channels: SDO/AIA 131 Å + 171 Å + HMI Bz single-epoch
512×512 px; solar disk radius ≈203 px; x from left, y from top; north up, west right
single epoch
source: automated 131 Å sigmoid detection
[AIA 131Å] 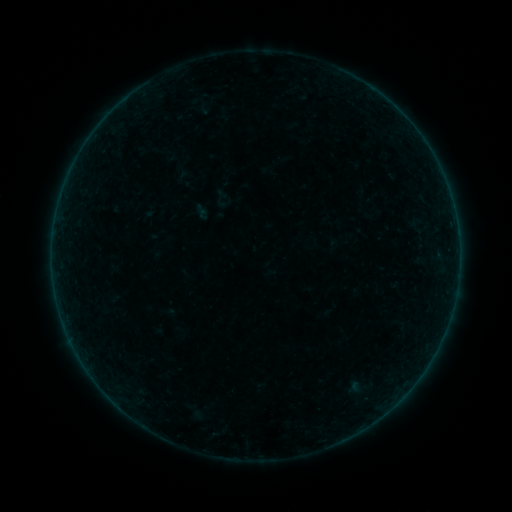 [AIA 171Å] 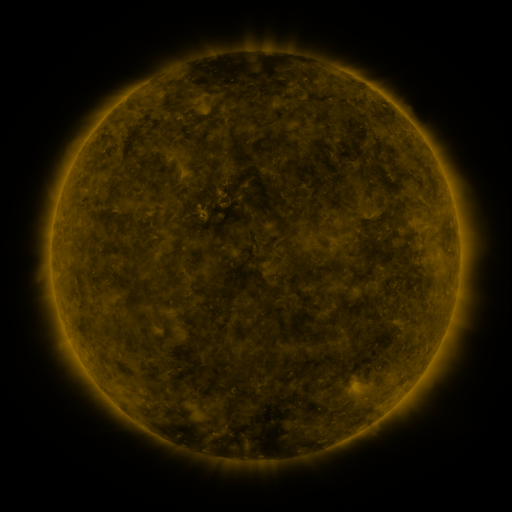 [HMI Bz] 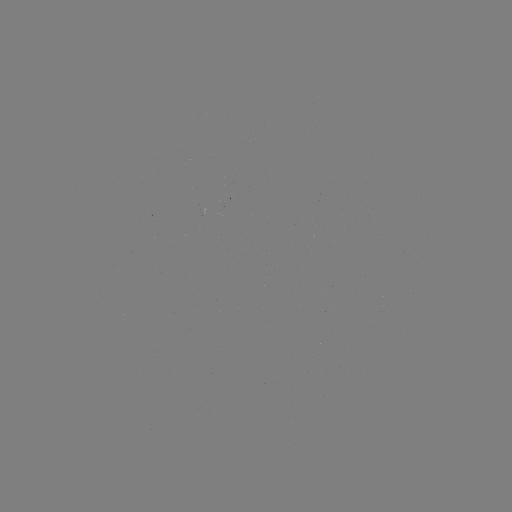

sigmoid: <bbox>211, 187, 234, 211</bbox>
